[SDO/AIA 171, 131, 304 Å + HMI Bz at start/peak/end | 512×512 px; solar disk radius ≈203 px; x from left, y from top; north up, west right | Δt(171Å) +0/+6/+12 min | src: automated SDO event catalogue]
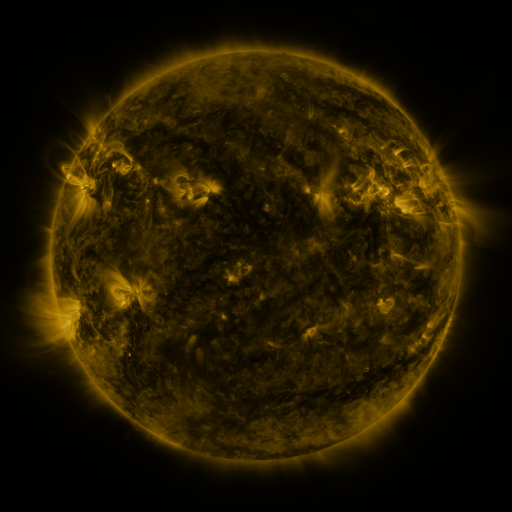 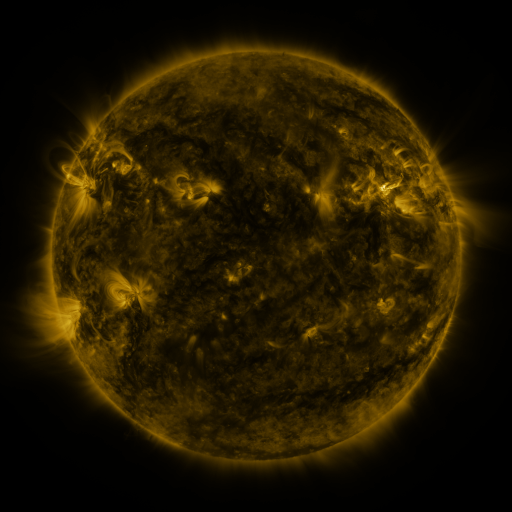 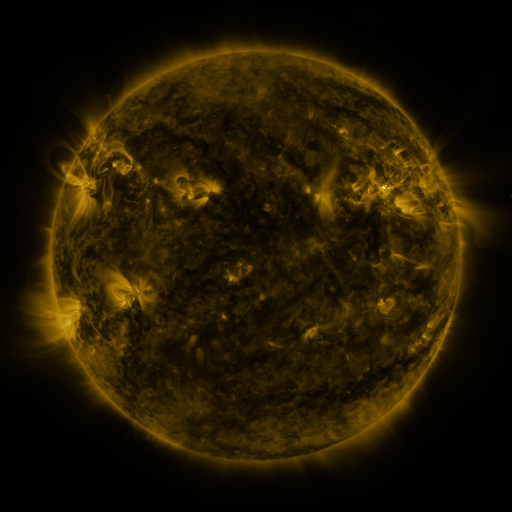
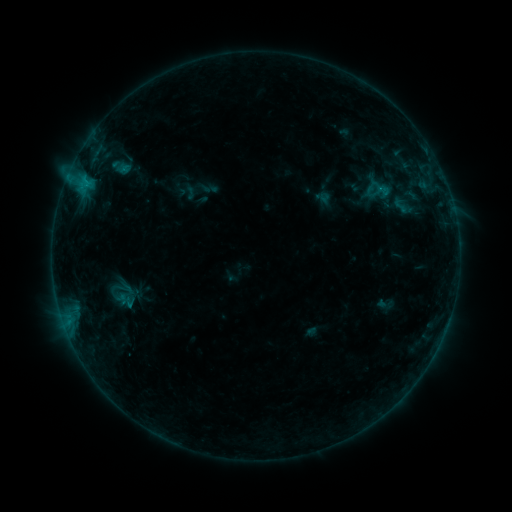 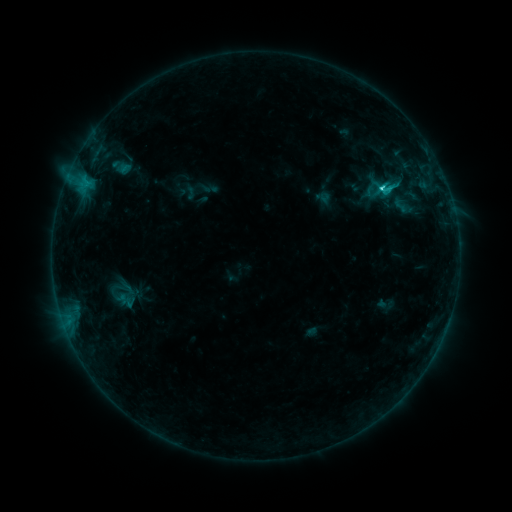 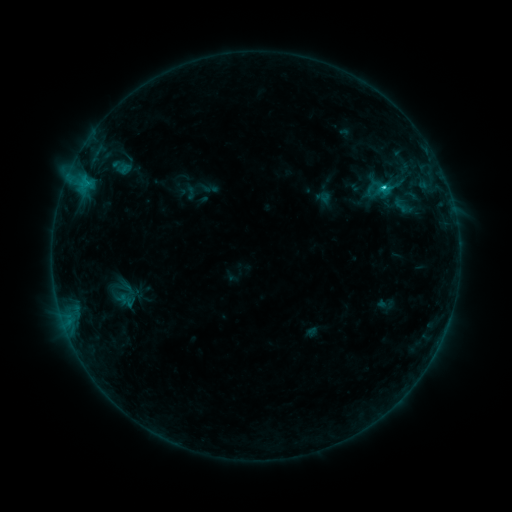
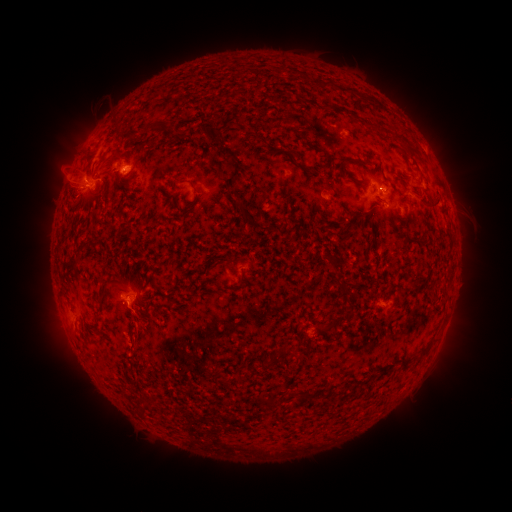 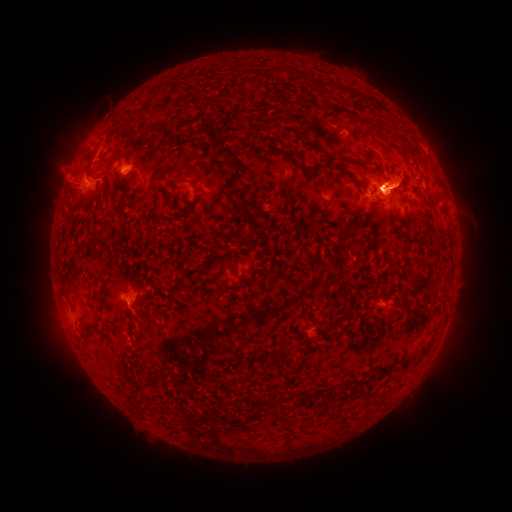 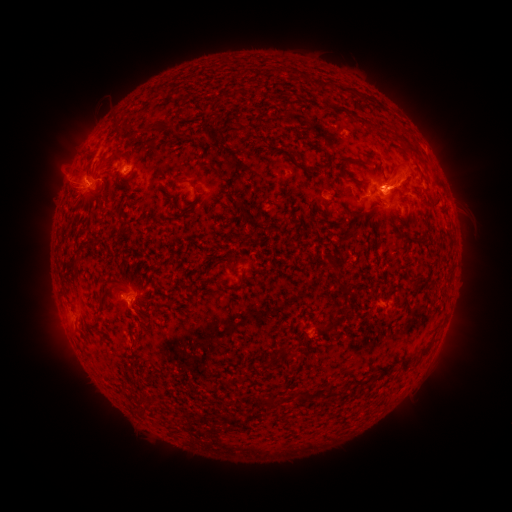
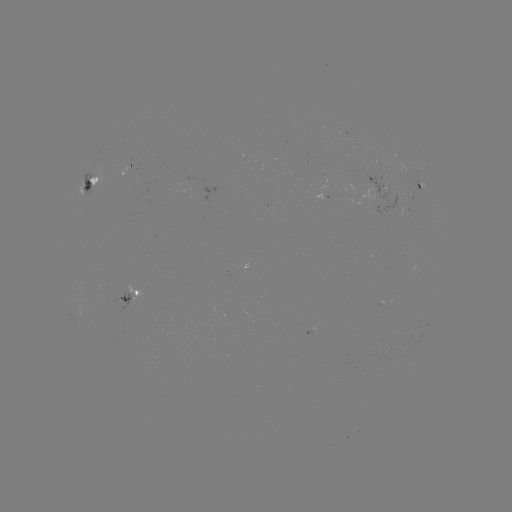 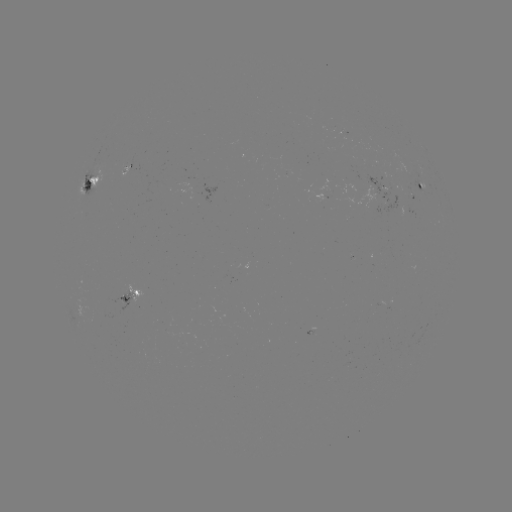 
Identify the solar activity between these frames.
eruption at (405, 104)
